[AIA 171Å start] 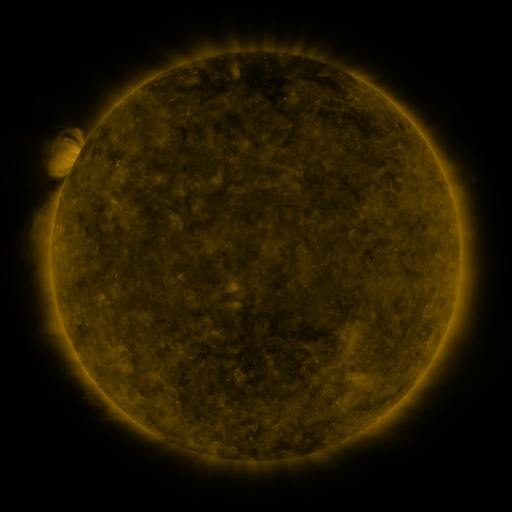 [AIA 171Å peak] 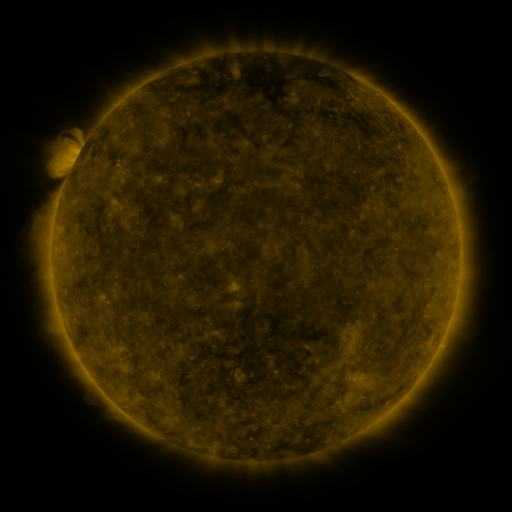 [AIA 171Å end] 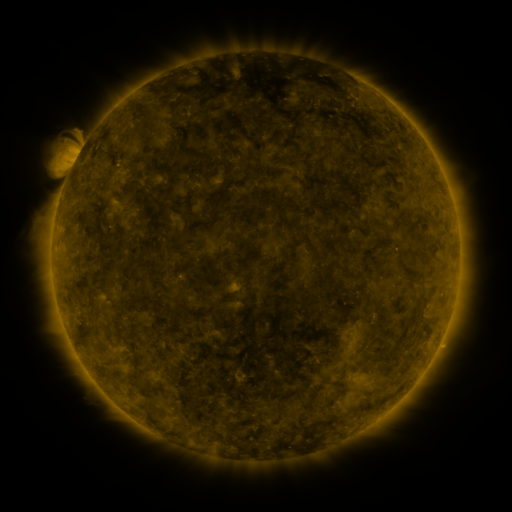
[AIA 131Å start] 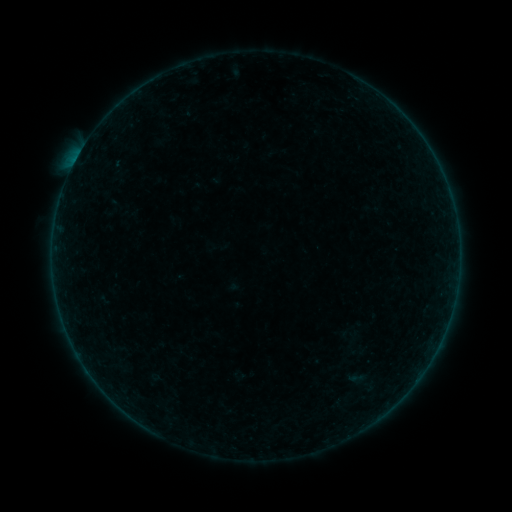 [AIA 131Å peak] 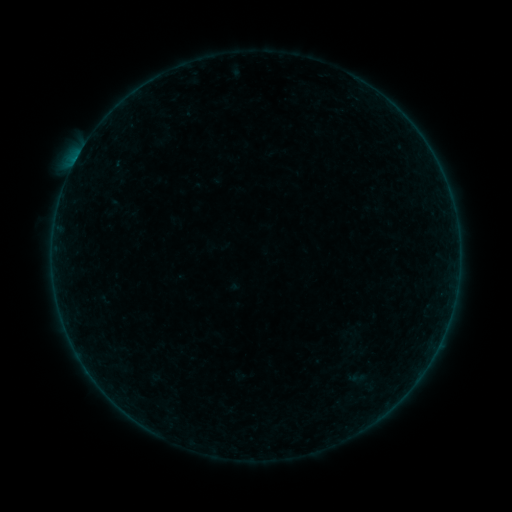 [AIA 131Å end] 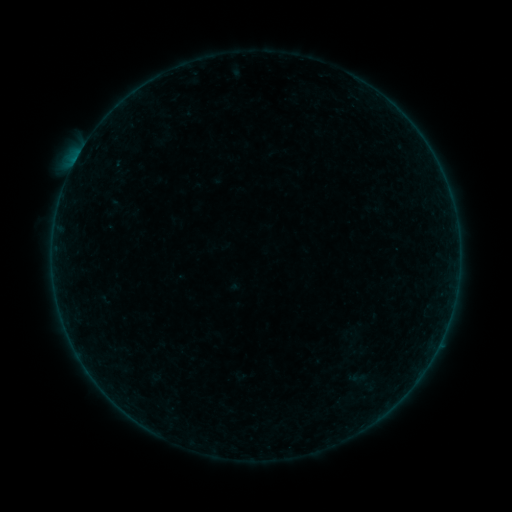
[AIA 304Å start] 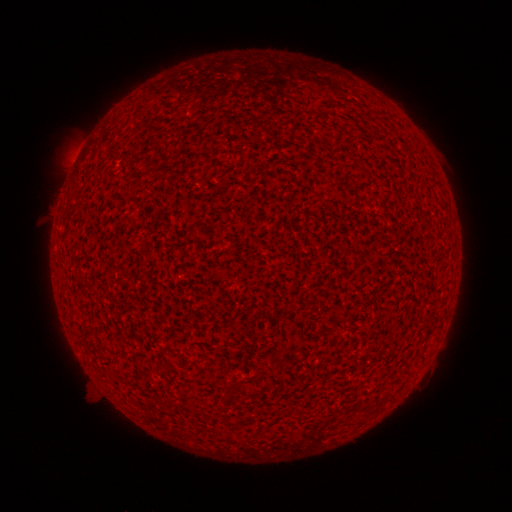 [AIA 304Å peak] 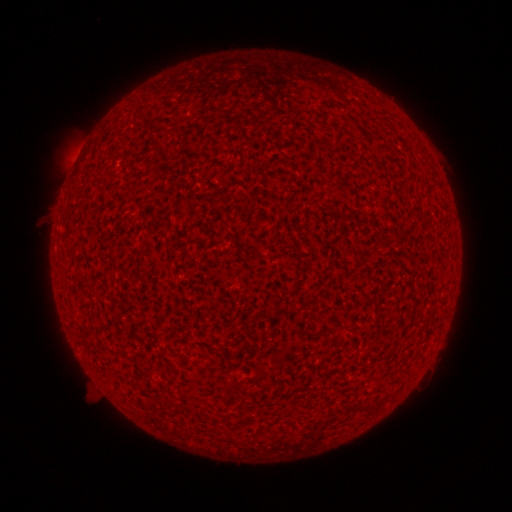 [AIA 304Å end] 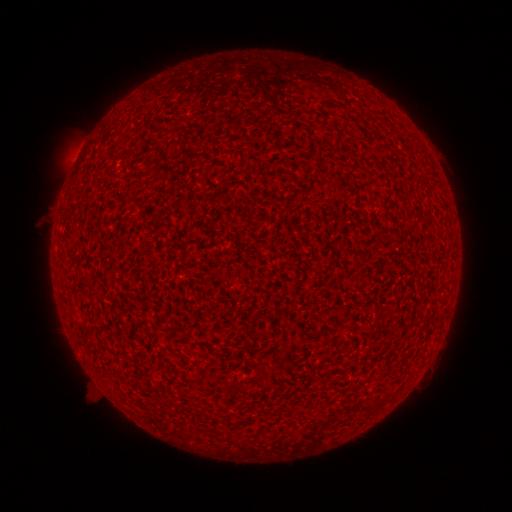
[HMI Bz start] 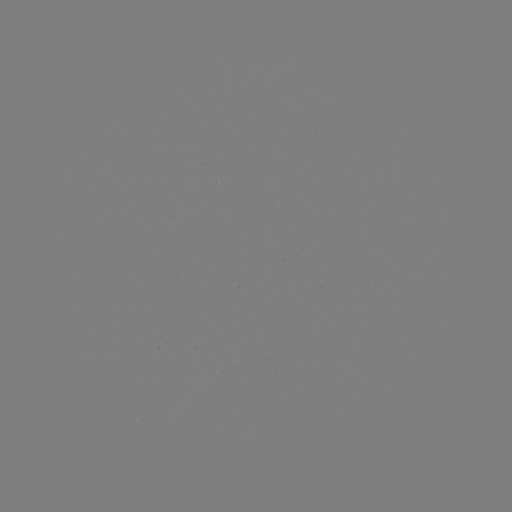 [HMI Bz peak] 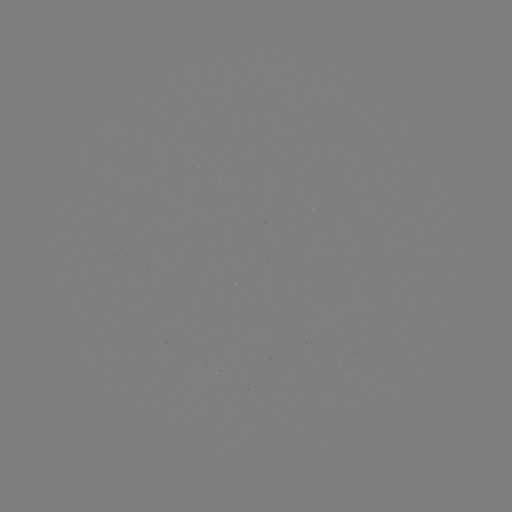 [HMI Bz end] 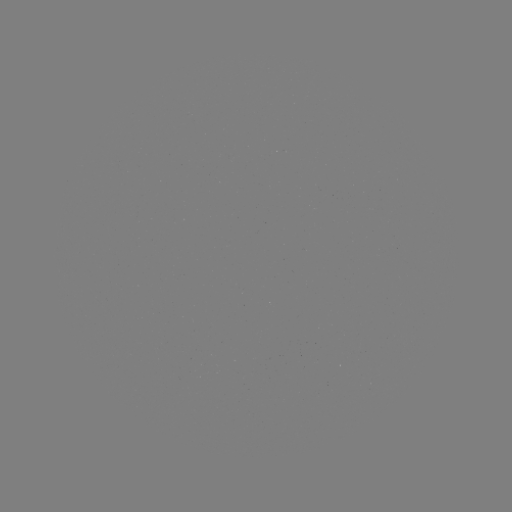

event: flare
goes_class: A9.2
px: (76, 162)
